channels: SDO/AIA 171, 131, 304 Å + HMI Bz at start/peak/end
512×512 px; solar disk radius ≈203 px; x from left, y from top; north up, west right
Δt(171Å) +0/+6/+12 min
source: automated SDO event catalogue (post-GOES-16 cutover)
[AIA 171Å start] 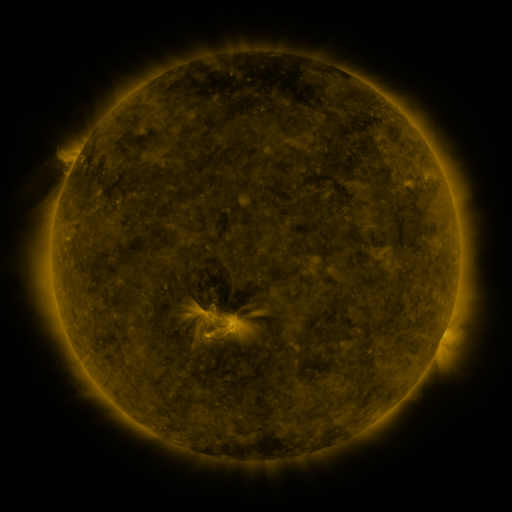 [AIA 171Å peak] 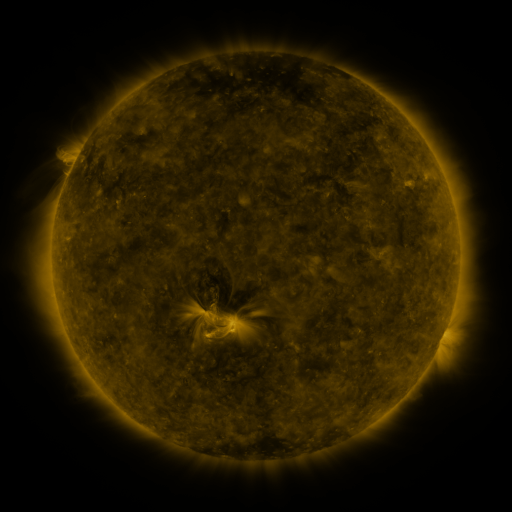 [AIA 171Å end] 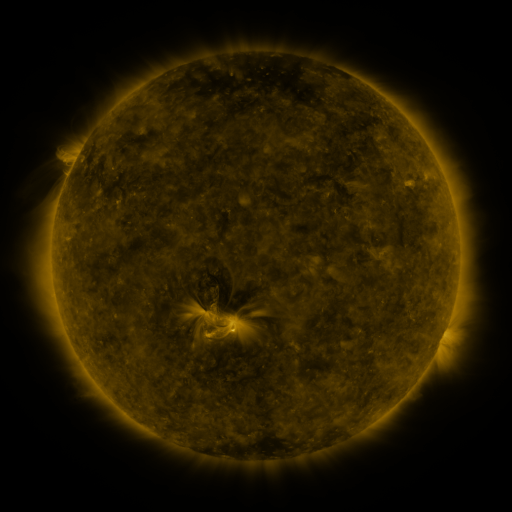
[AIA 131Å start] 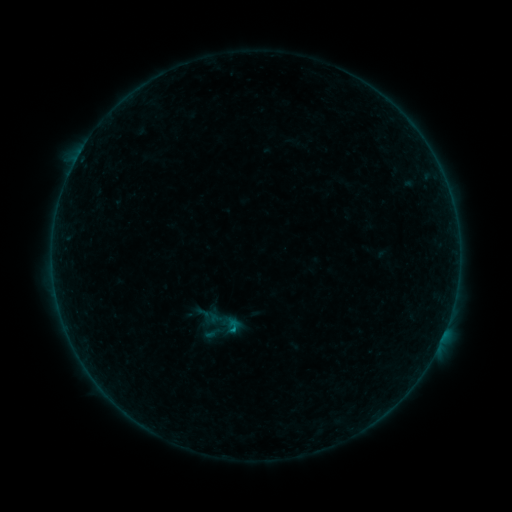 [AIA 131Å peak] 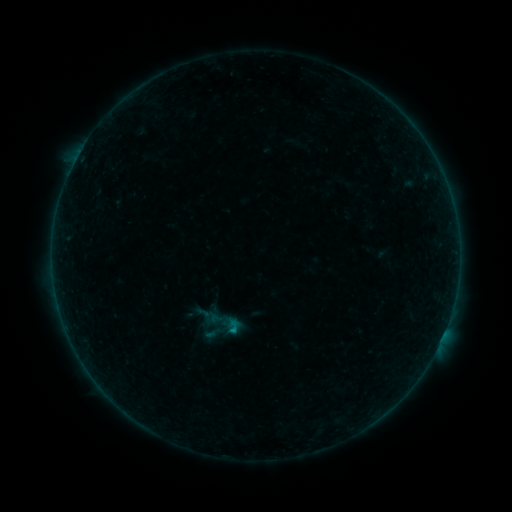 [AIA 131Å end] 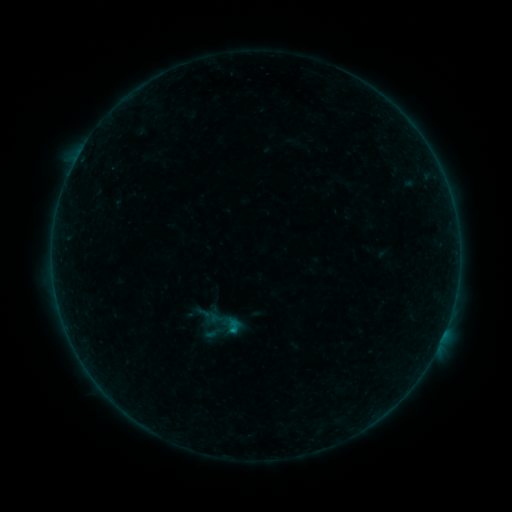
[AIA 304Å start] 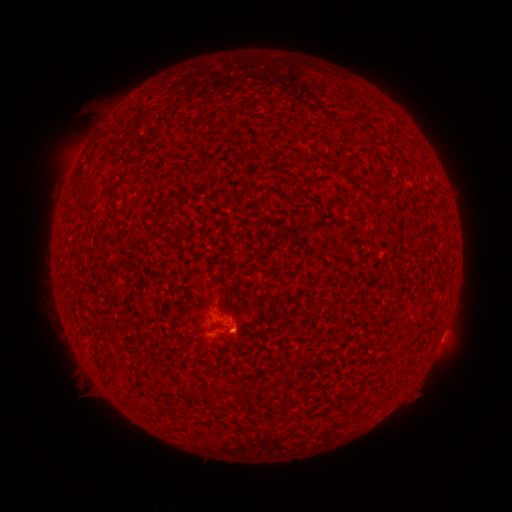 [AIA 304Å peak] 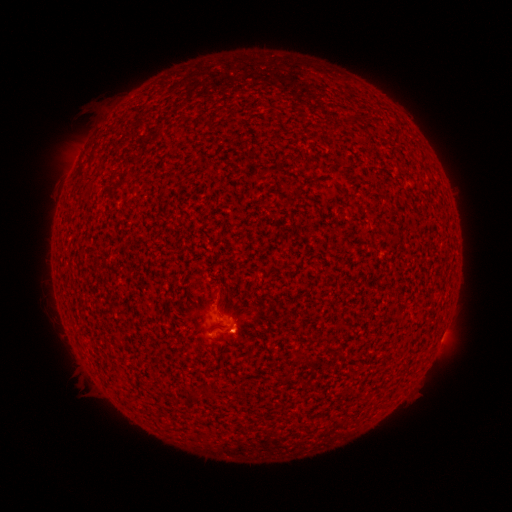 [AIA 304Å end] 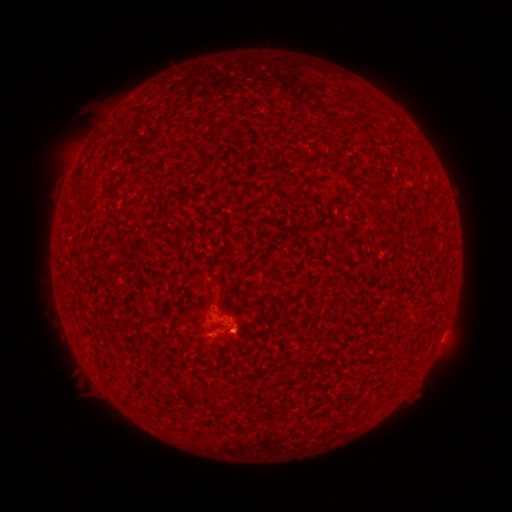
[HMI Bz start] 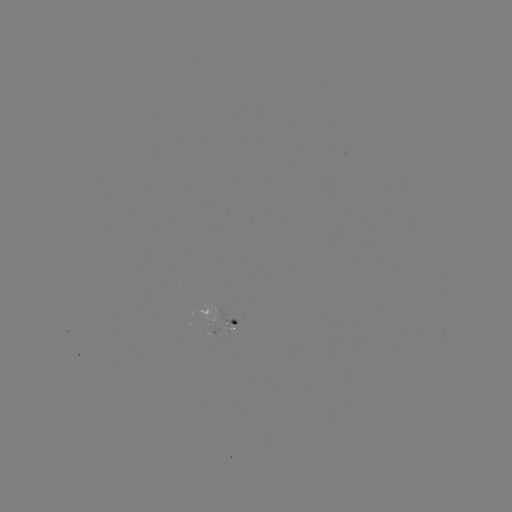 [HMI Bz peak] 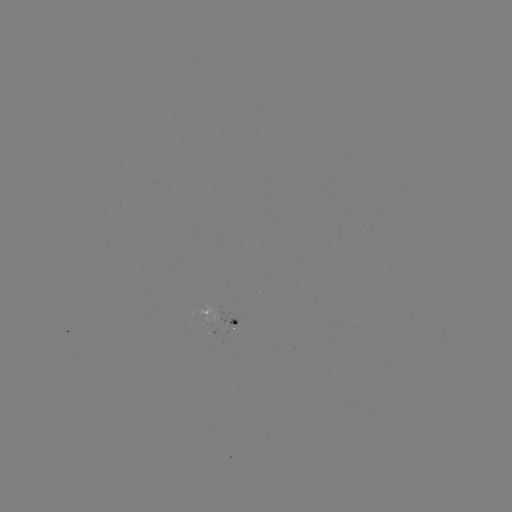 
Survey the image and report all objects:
B2.6 flare: (235, 330)
